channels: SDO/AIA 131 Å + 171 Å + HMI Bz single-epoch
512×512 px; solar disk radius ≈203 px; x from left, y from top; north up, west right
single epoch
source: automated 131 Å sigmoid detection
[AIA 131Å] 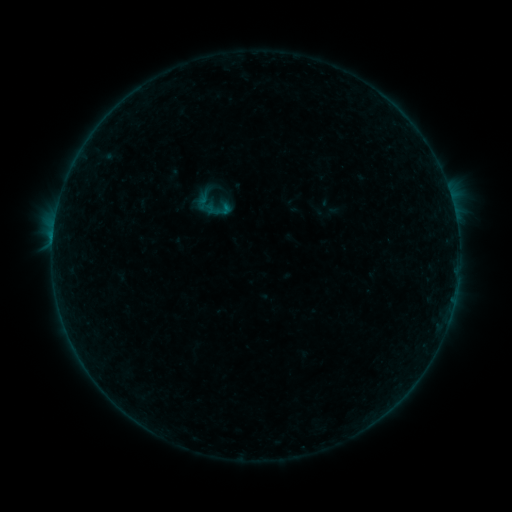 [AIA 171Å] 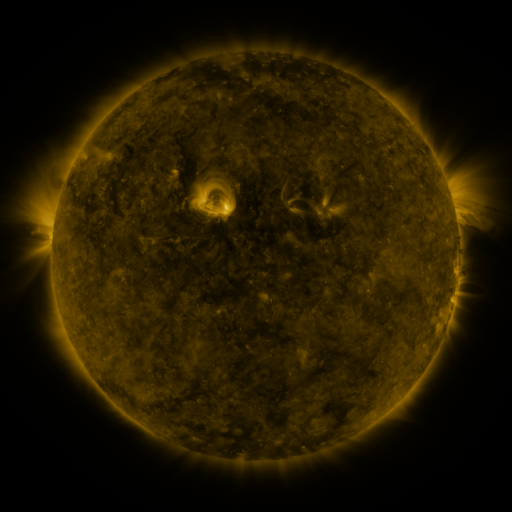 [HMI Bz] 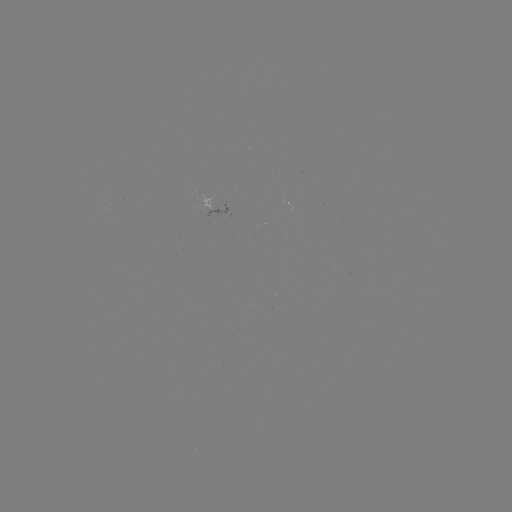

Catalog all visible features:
sigmoid: (223, 210)
